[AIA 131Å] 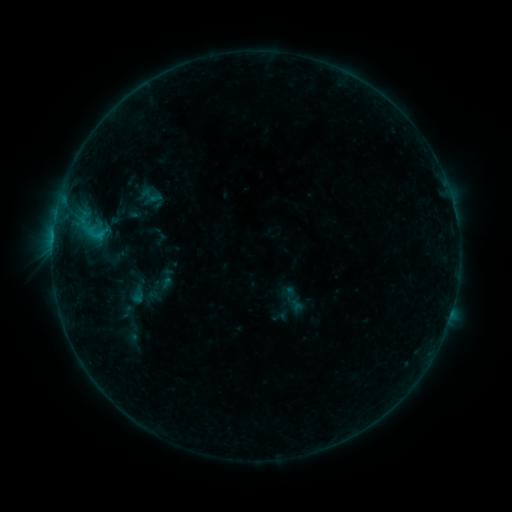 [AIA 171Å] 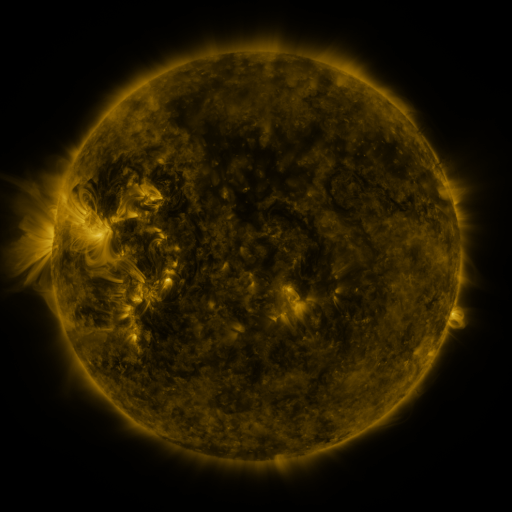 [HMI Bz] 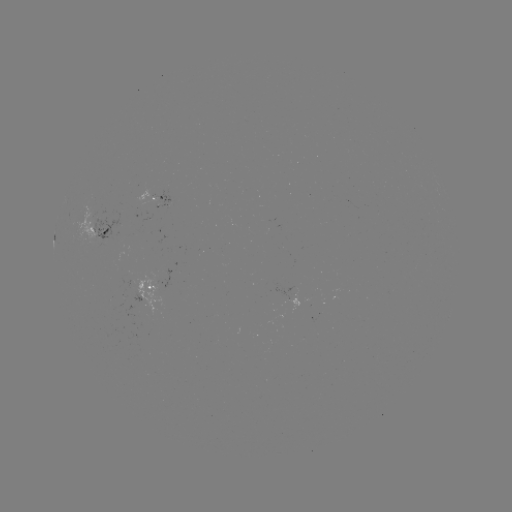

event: sigmoid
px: (151, 196)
